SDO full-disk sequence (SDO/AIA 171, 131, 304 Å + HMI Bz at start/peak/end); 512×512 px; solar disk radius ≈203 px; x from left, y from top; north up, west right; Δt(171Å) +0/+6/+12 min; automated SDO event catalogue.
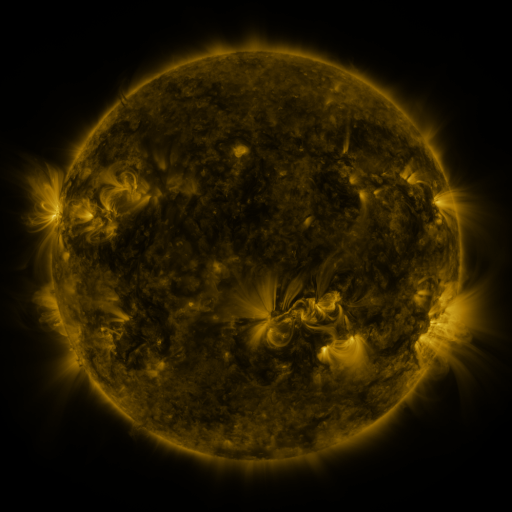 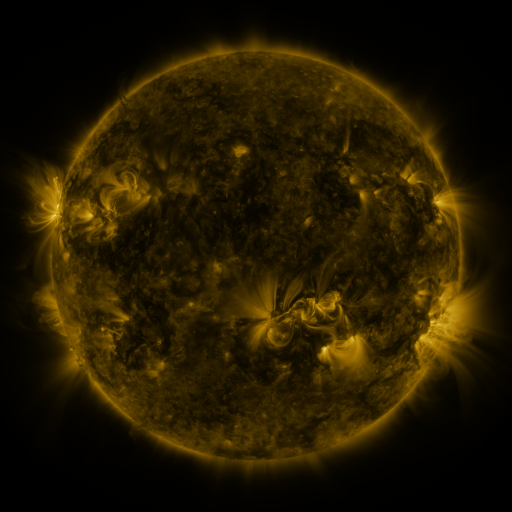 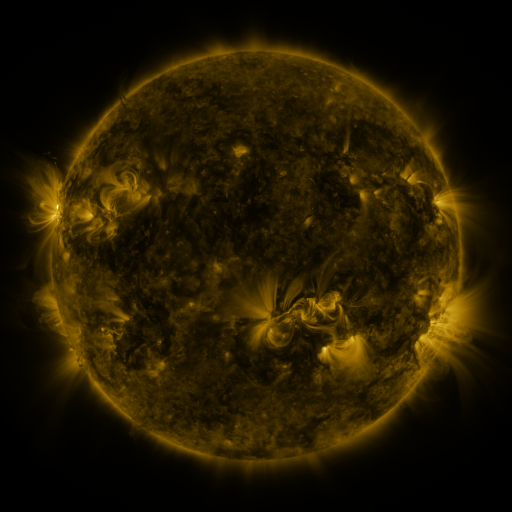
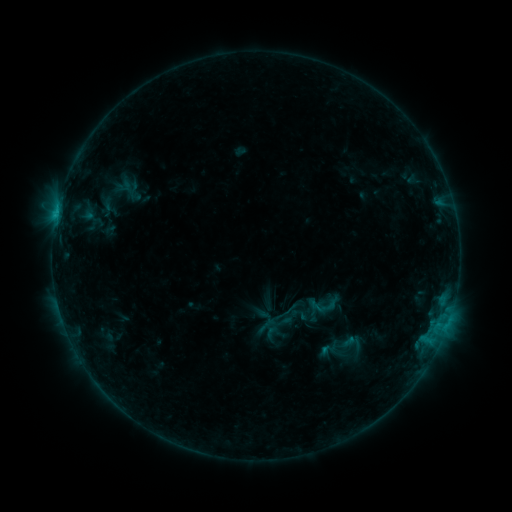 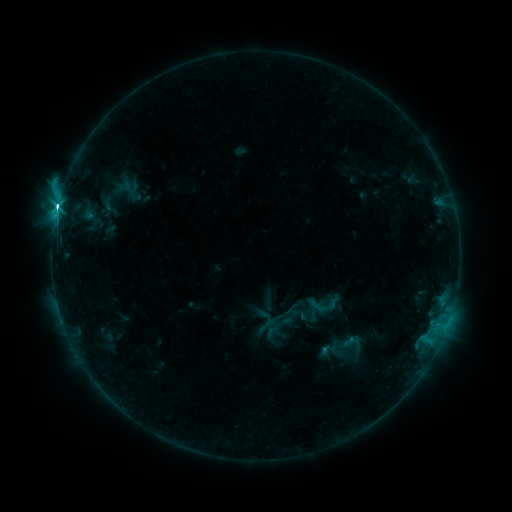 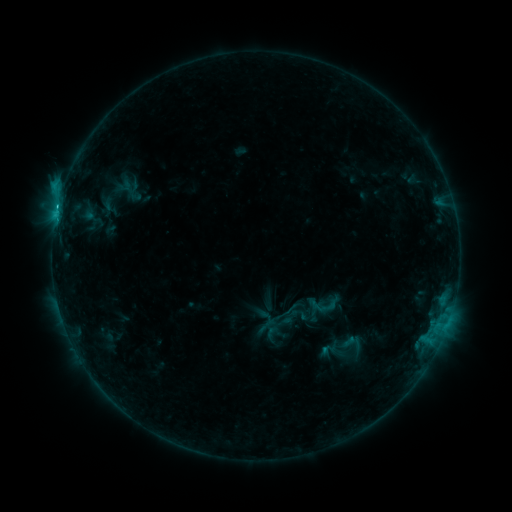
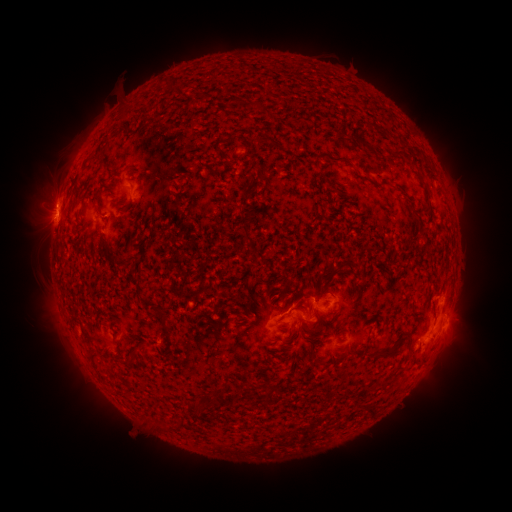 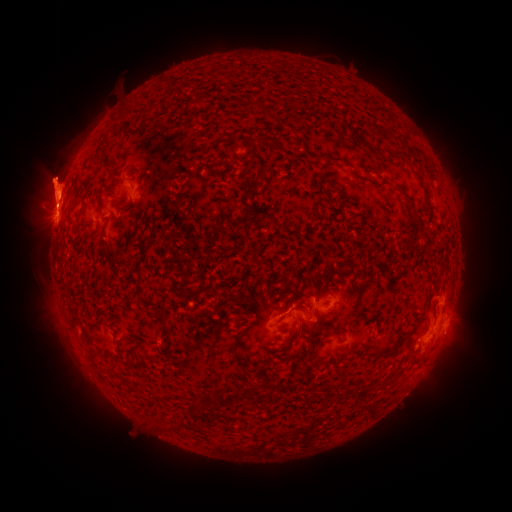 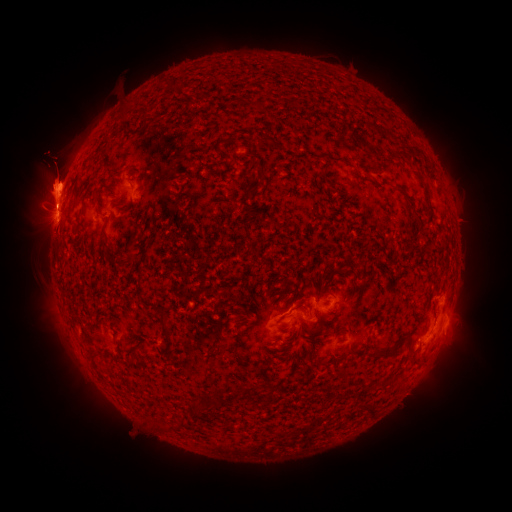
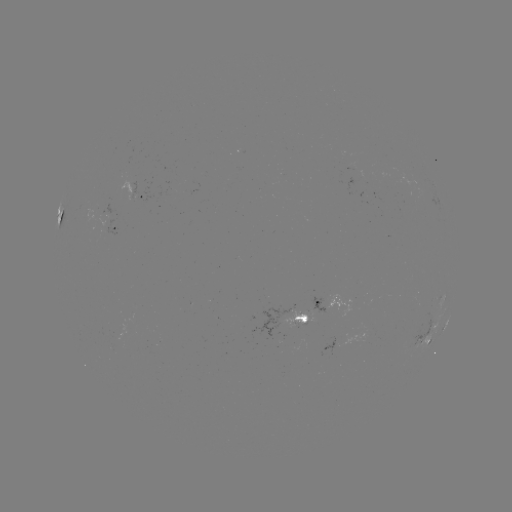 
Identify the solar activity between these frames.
eruption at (461, 169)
